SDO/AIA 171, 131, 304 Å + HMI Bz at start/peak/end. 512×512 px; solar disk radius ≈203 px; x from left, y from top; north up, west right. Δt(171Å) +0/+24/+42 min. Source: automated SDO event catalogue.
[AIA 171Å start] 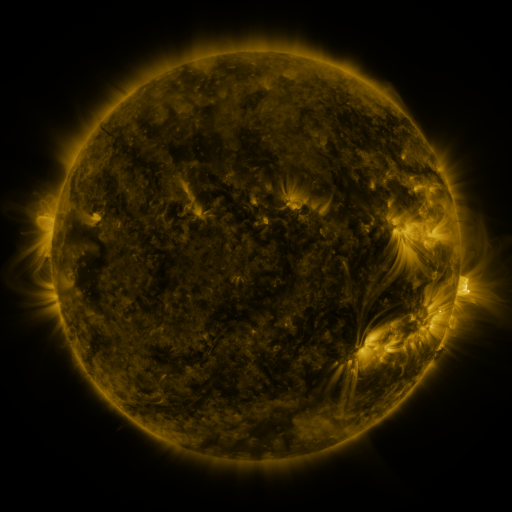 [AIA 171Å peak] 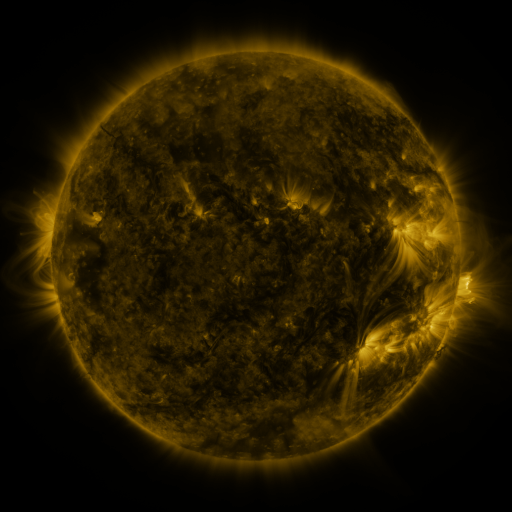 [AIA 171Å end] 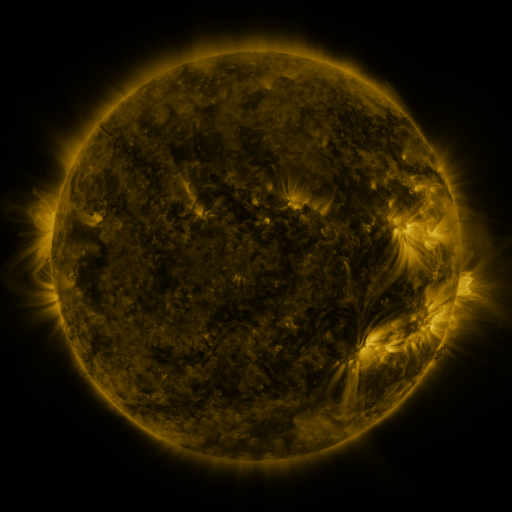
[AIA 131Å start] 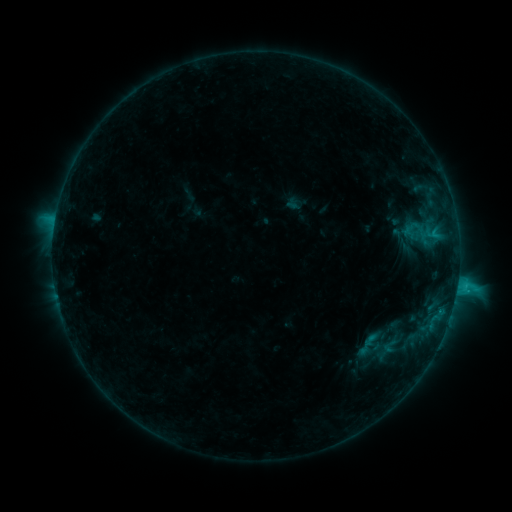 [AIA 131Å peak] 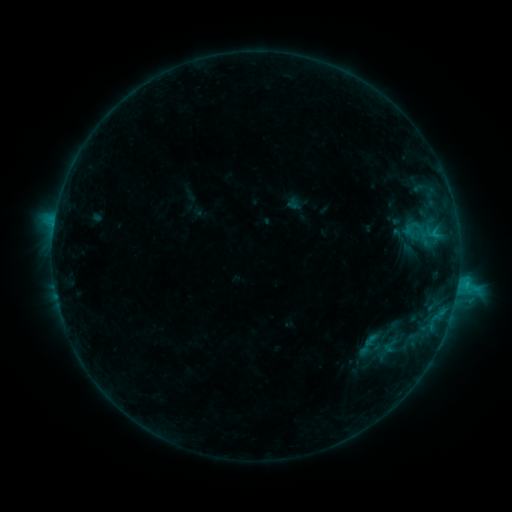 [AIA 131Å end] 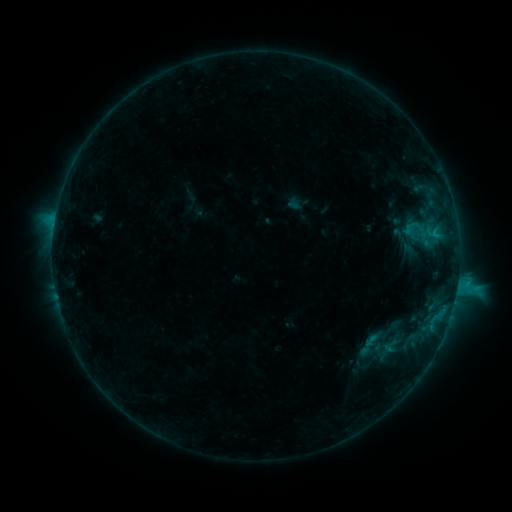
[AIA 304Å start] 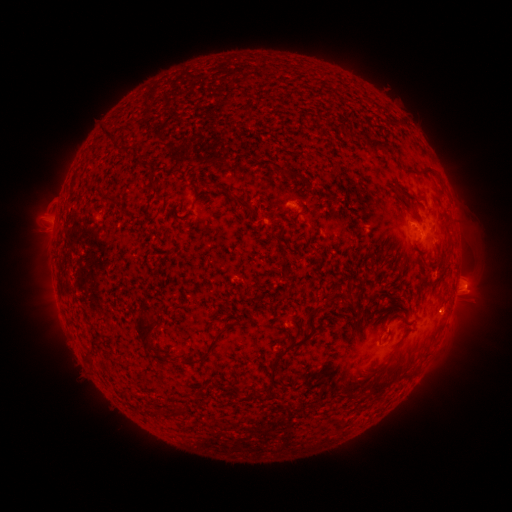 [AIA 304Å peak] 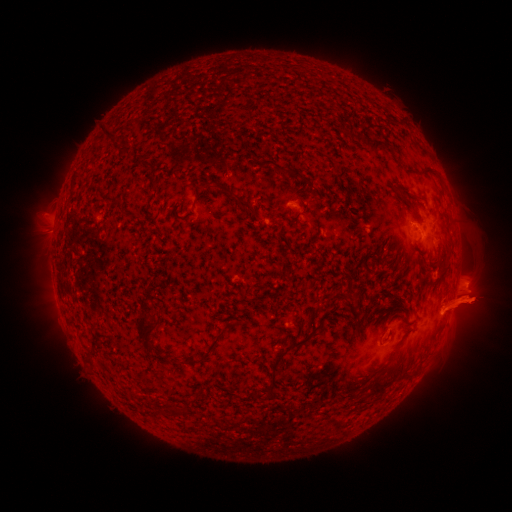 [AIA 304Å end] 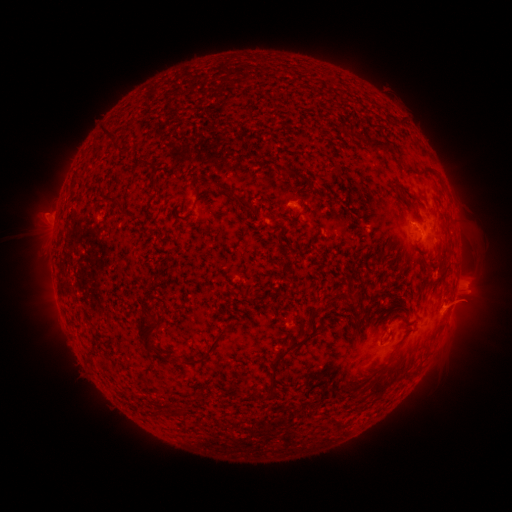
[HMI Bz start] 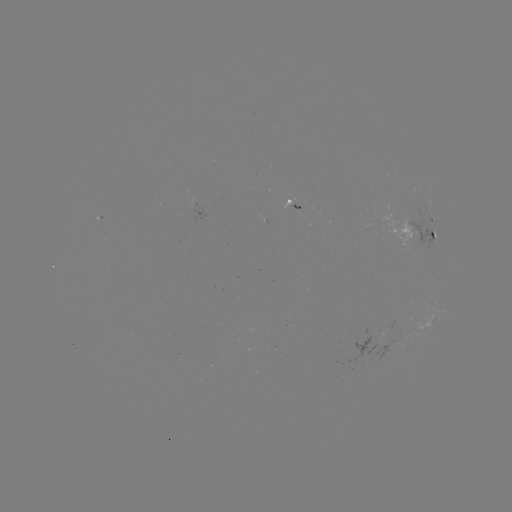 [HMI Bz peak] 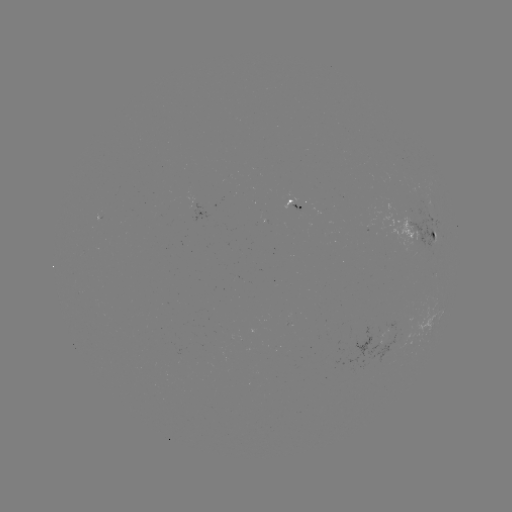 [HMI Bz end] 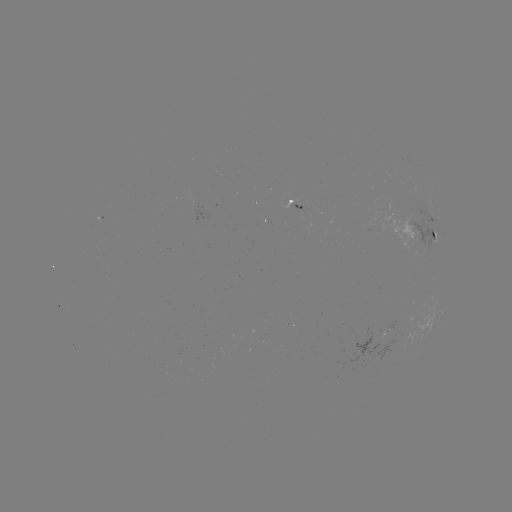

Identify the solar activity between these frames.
eruption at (464, 305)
